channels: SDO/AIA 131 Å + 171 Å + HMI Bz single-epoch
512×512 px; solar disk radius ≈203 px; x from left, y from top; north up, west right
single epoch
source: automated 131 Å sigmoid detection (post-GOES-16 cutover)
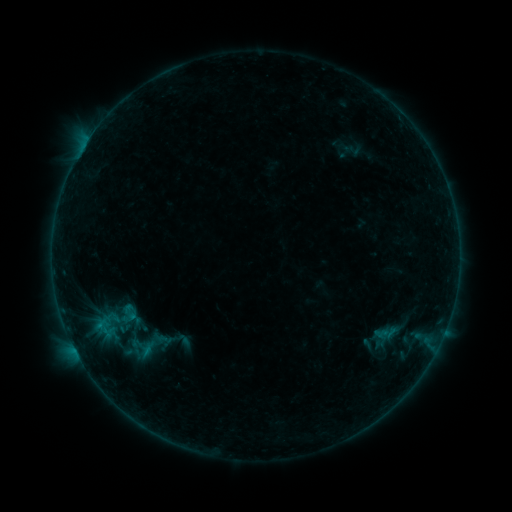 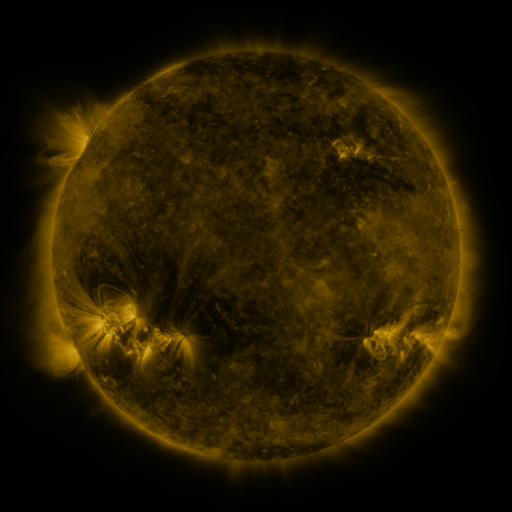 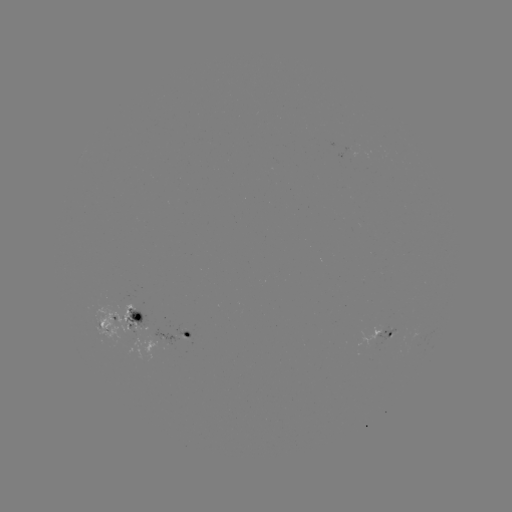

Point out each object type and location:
sigmoid: (141, 347)
